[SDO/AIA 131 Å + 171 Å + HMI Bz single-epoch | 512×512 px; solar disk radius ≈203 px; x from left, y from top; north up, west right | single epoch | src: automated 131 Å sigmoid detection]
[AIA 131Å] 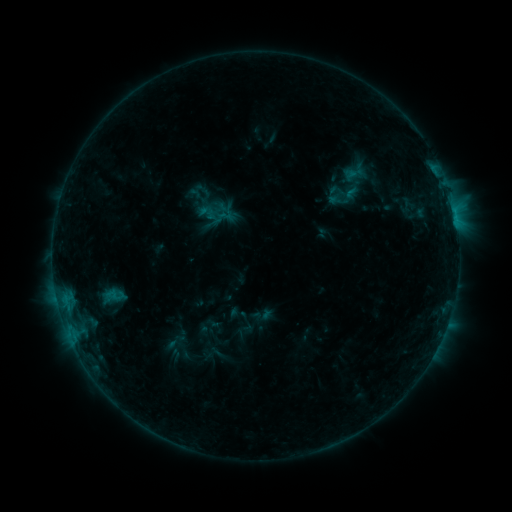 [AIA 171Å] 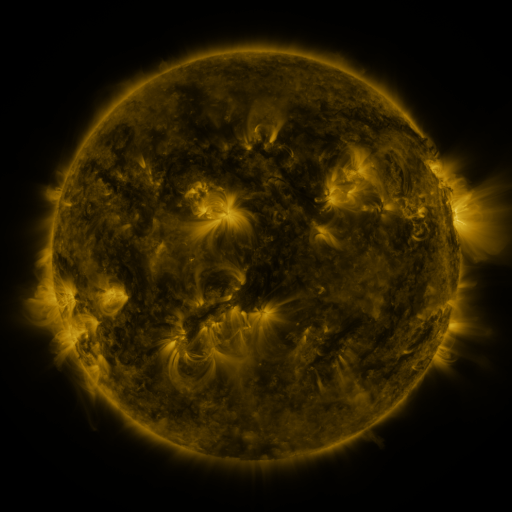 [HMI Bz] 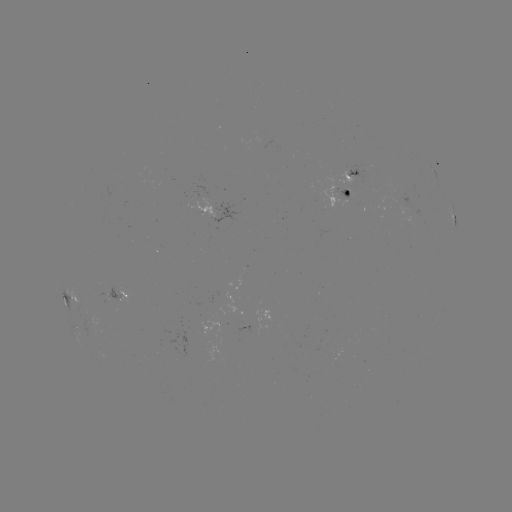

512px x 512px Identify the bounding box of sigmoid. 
[198, 203, 217, 222].